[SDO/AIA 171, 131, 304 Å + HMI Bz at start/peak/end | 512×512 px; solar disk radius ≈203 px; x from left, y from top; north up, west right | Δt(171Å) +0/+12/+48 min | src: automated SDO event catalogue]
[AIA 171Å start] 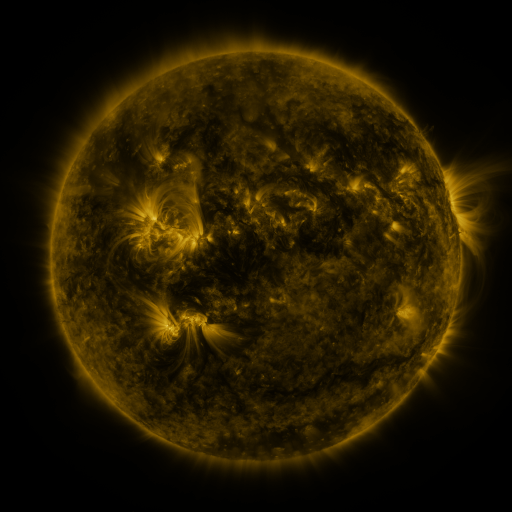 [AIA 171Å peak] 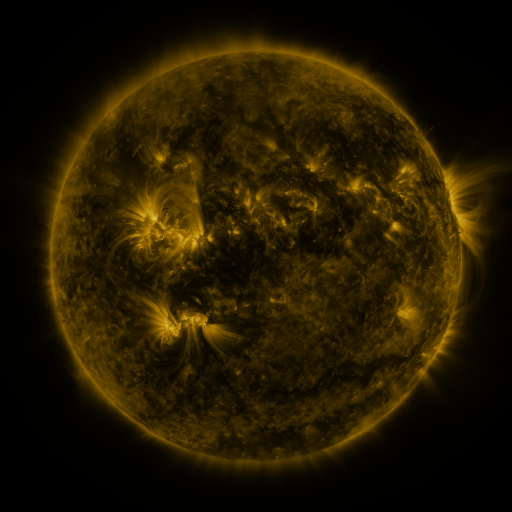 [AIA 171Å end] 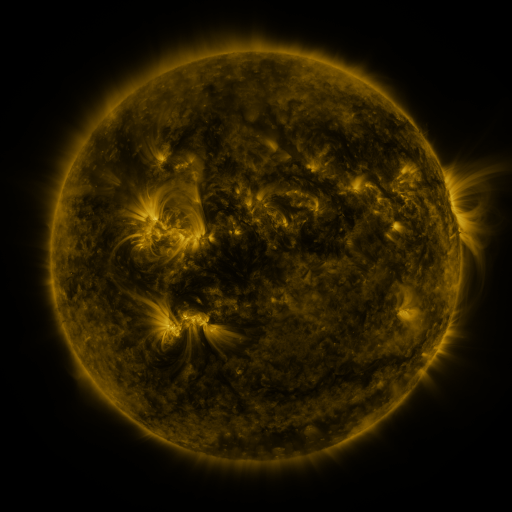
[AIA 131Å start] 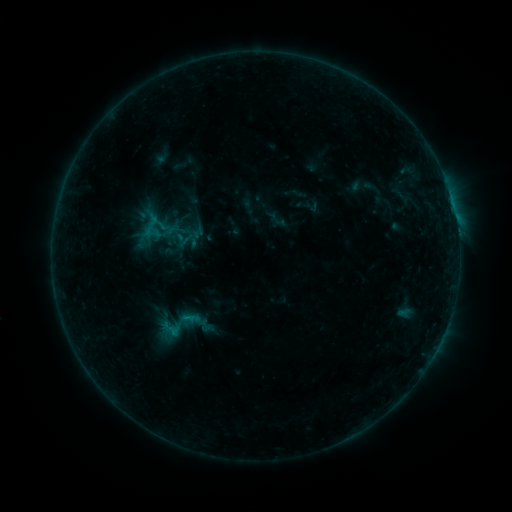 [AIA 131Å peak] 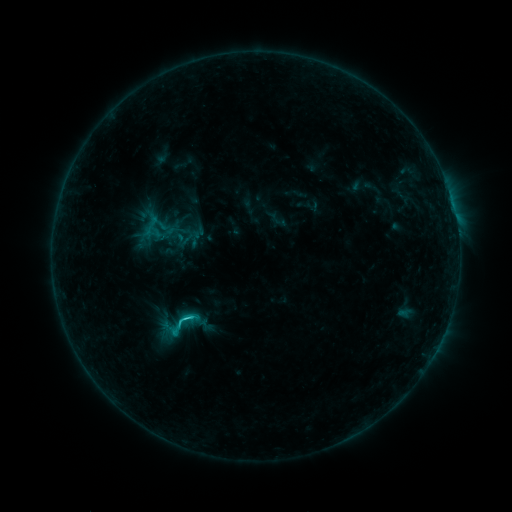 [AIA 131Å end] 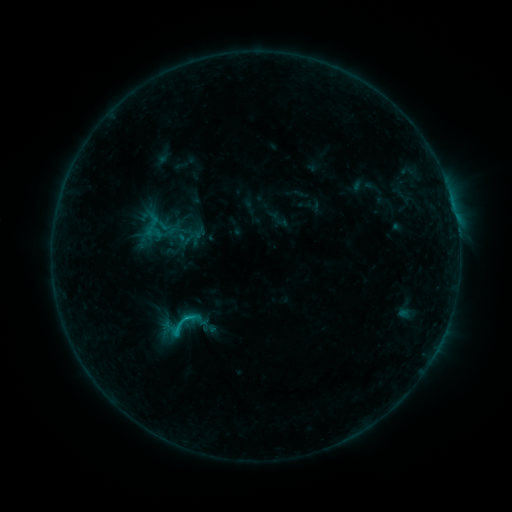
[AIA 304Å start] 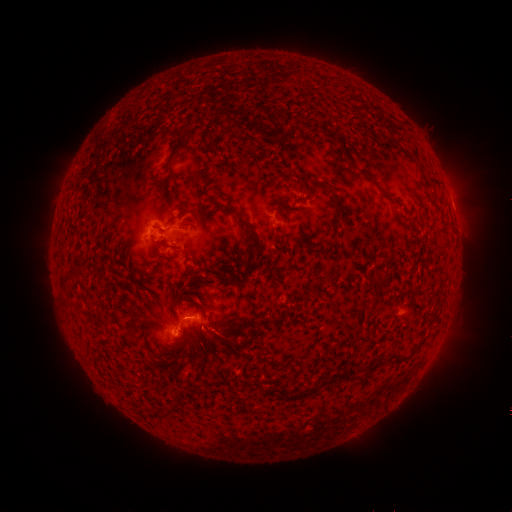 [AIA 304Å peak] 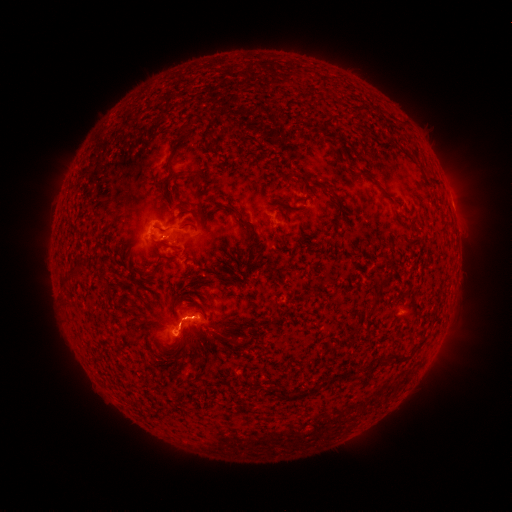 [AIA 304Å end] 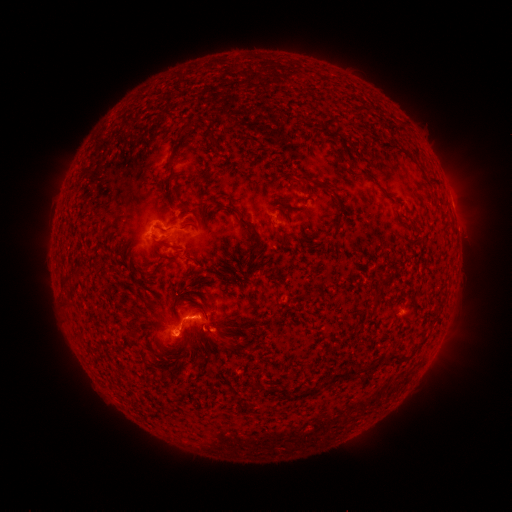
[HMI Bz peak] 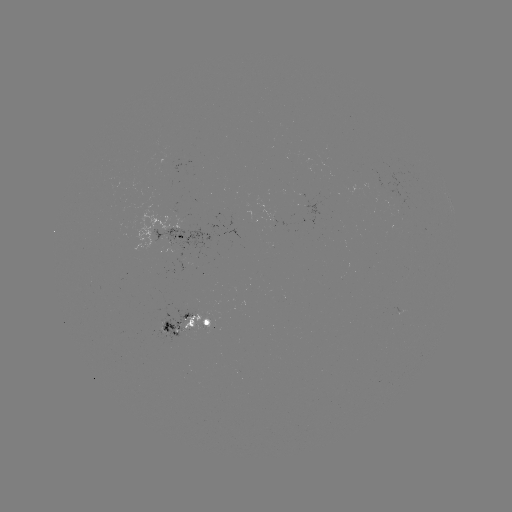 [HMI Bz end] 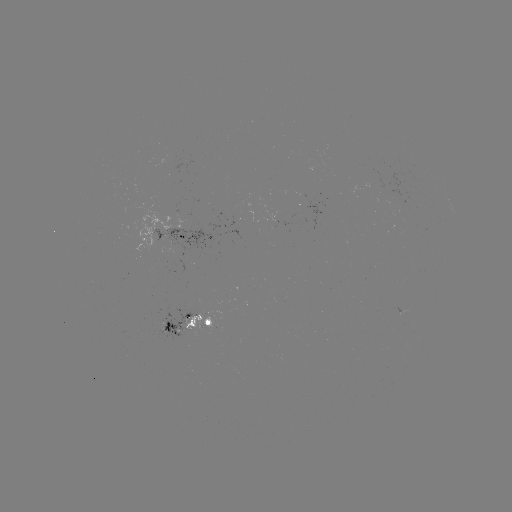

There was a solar flare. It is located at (187, 318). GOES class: C1.6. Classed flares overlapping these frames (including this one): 1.